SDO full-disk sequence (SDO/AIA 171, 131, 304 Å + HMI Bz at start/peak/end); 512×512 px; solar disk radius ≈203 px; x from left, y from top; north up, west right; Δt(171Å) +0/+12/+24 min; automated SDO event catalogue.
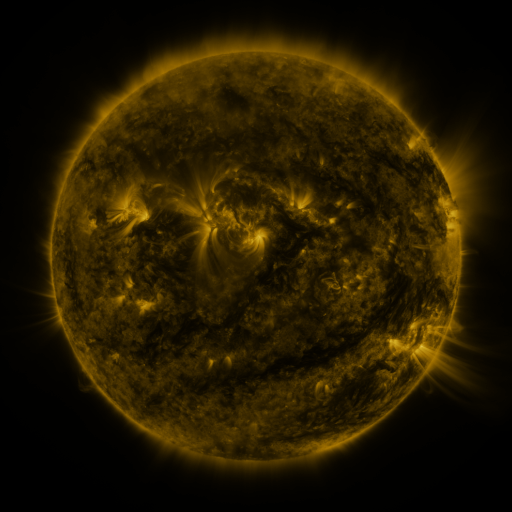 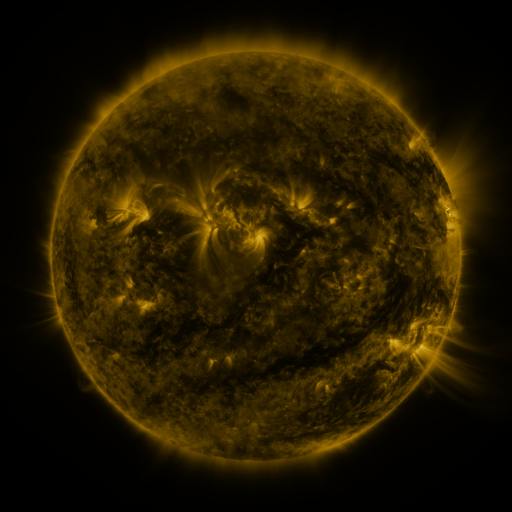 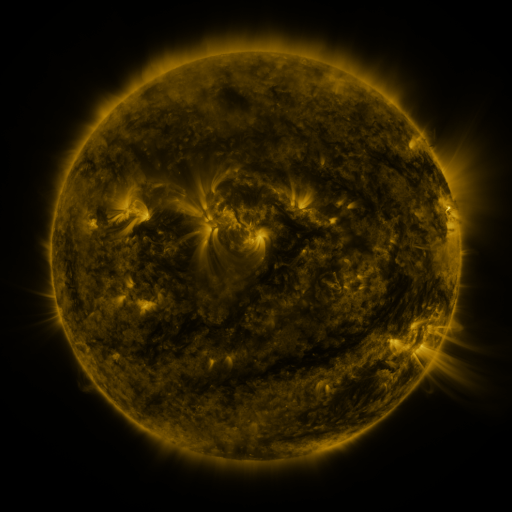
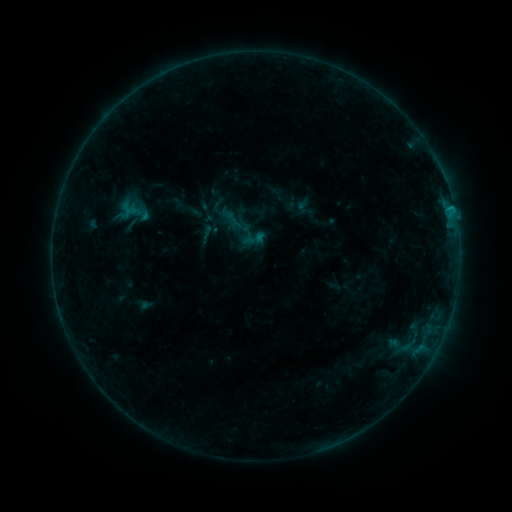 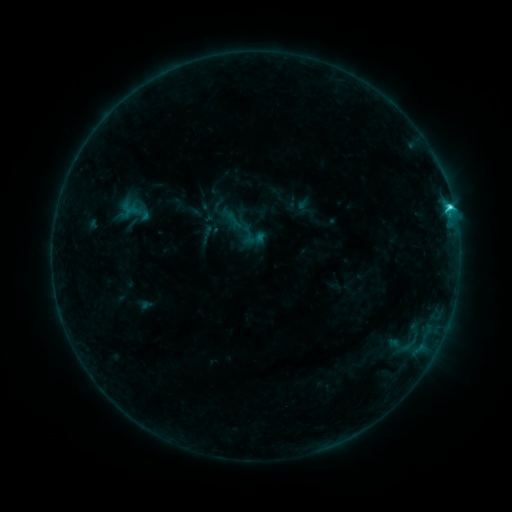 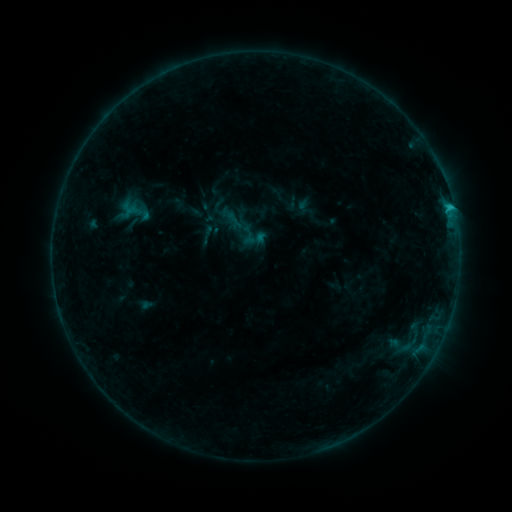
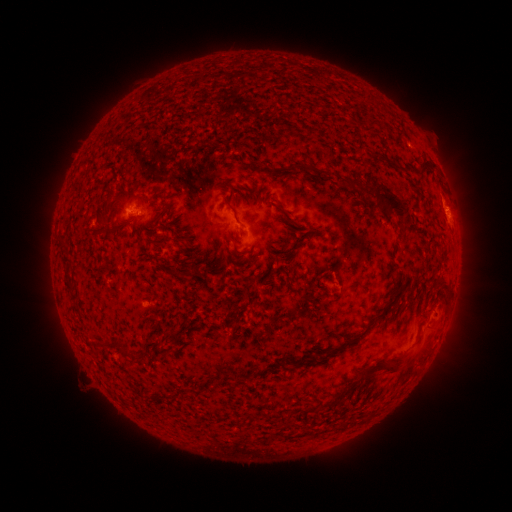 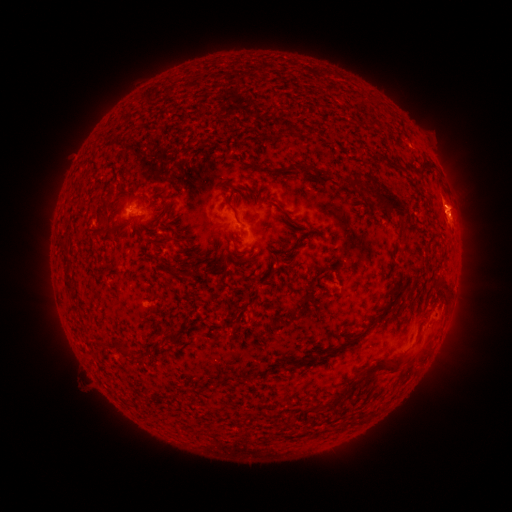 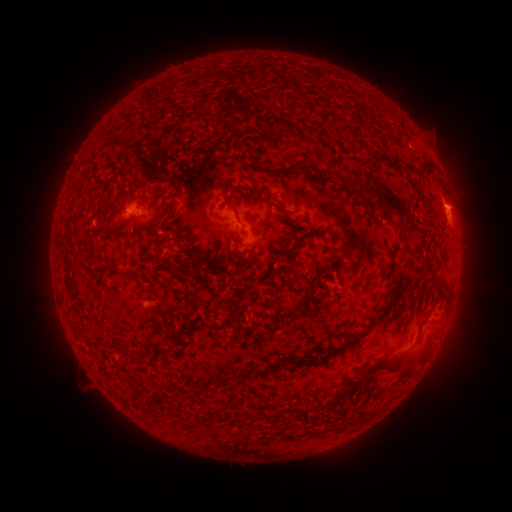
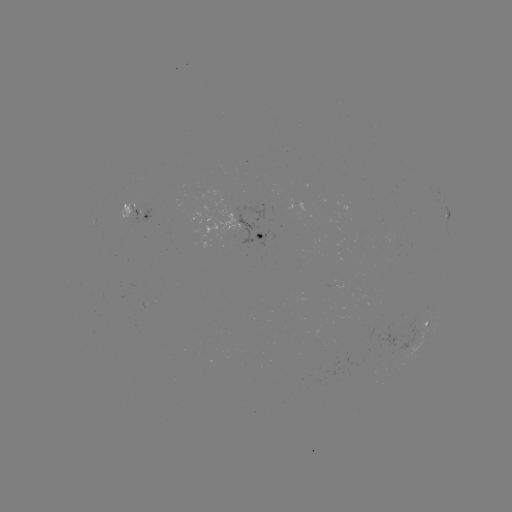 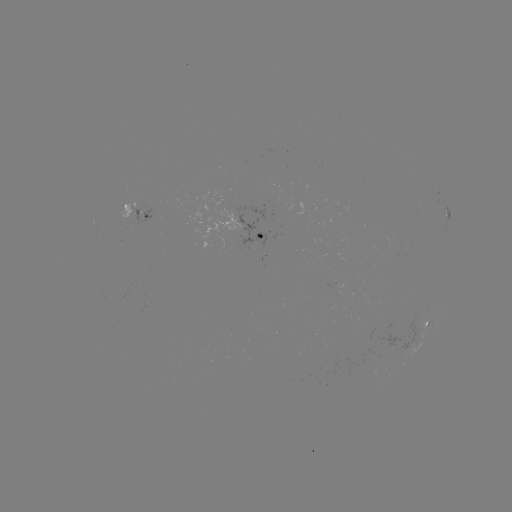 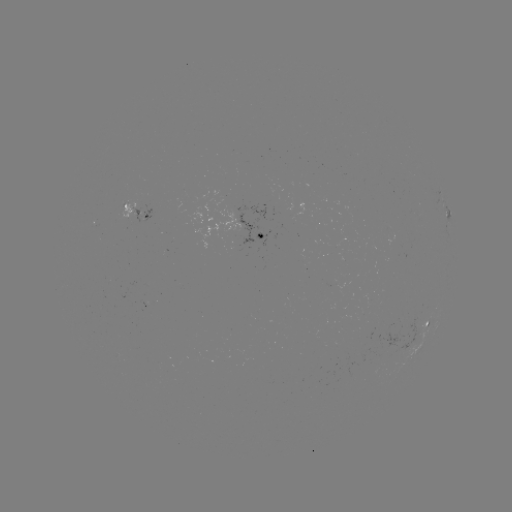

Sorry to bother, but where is C1.8 flare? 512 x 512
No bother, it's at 450,209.